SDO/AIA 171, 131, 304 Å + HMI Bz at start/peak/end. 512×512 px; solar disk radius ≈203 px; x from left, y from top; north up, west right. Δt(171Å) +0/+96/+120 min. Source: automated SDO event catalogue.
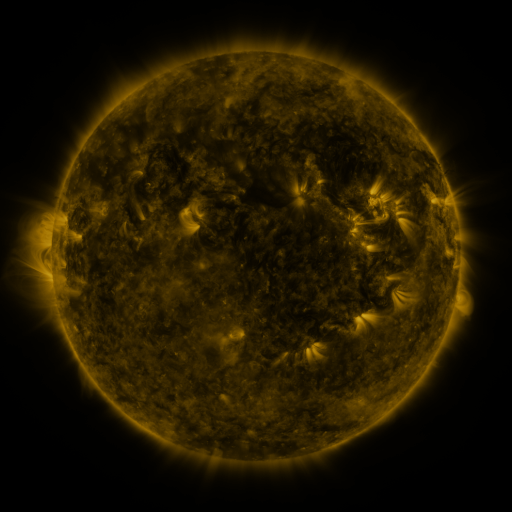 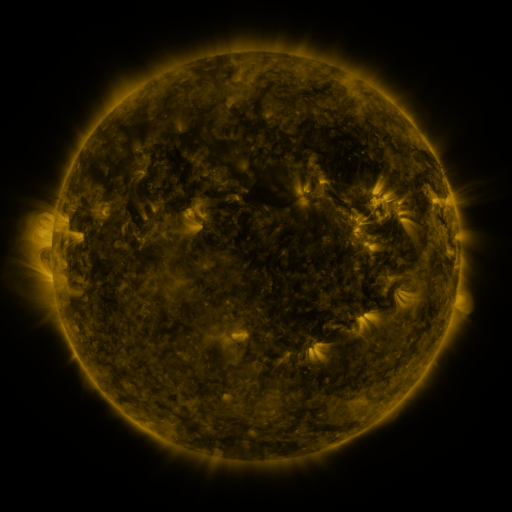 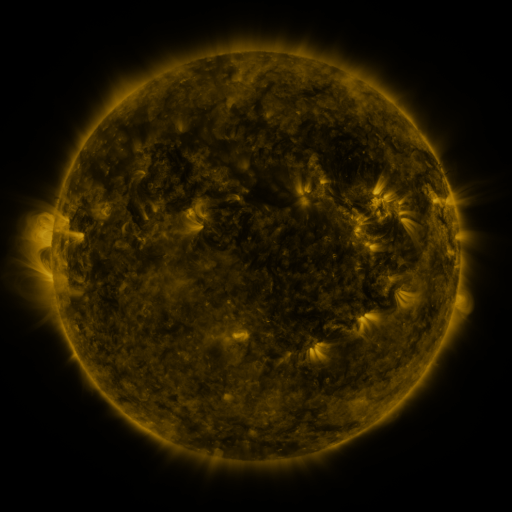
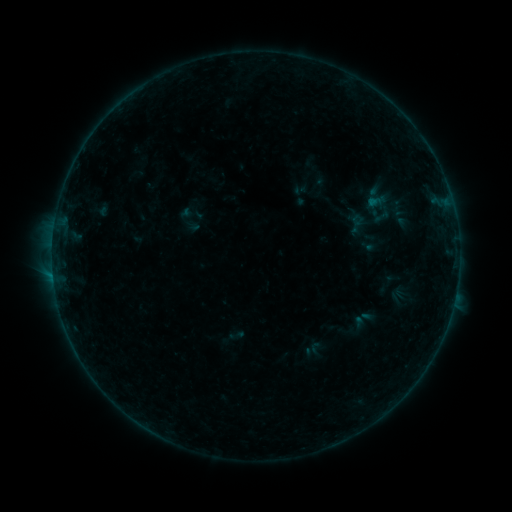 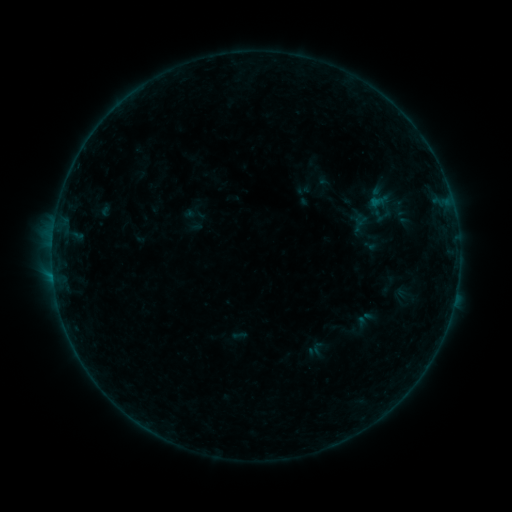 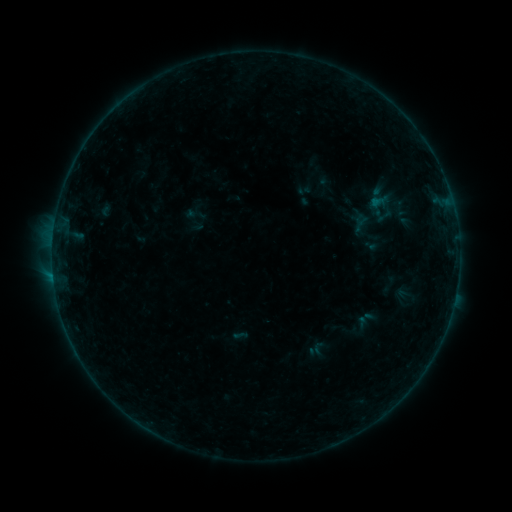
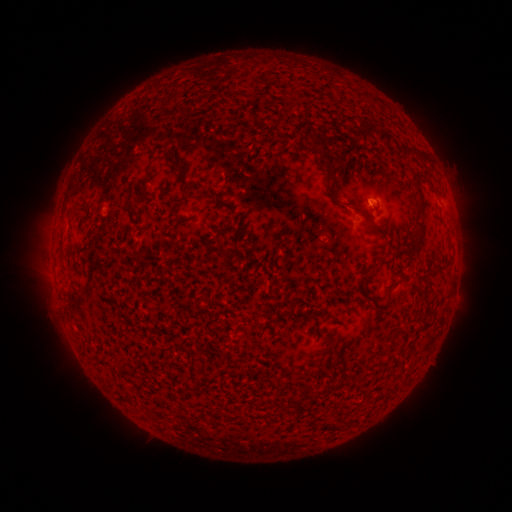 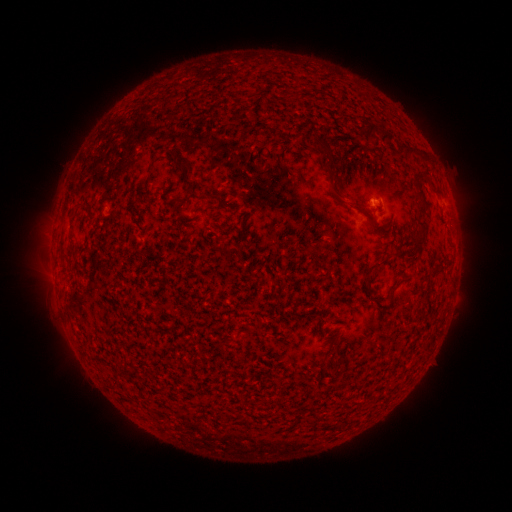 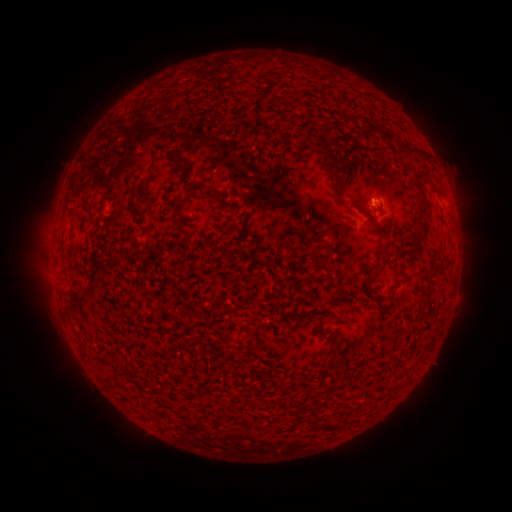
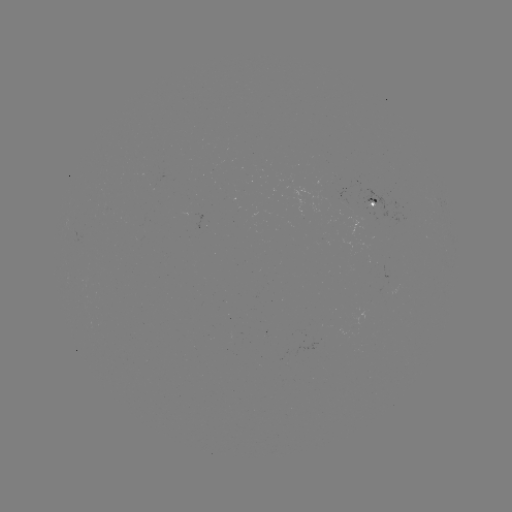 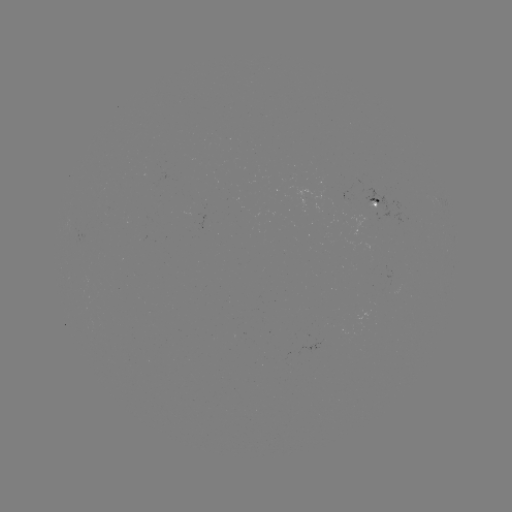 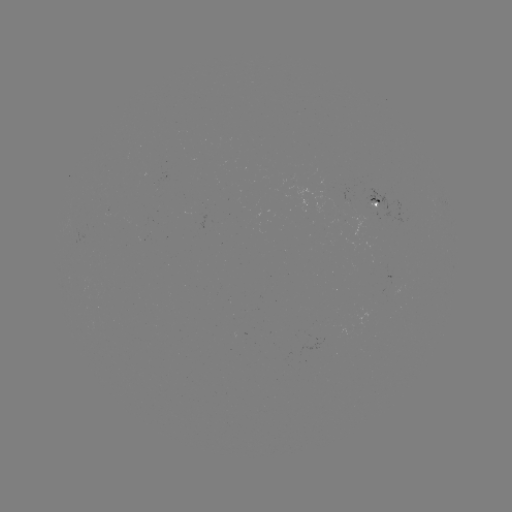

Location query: emerging-flux region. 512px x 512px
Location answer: (369, 196).